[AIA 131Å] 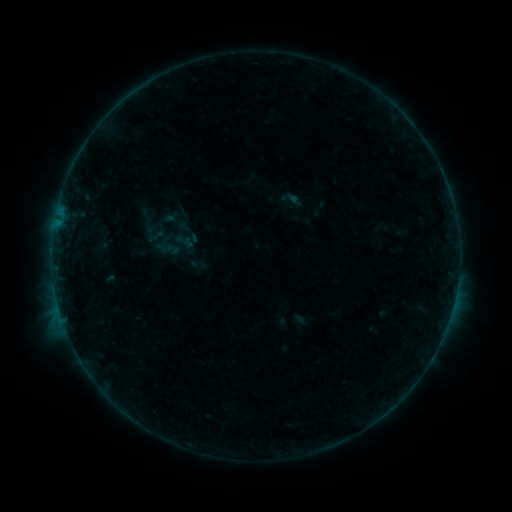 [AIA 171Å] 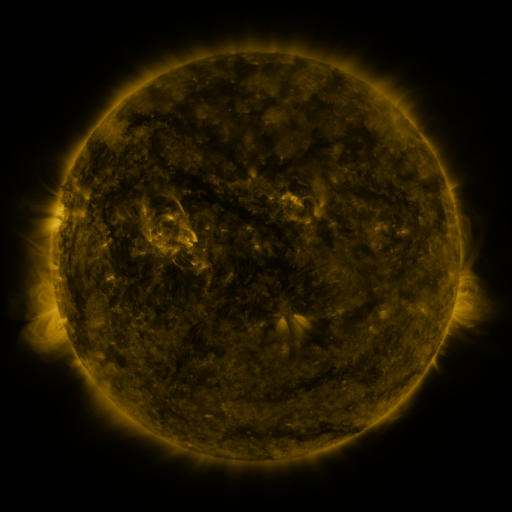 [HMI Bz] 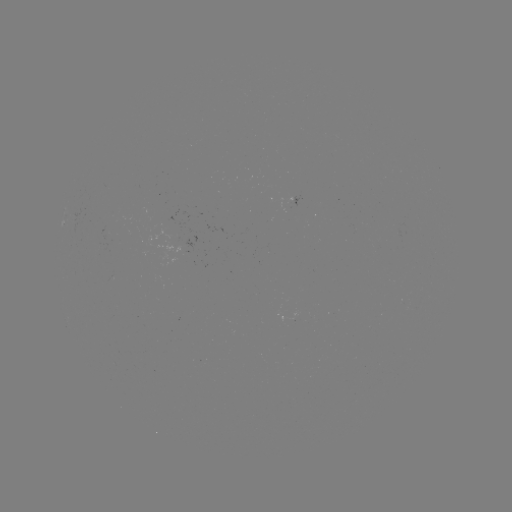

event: sigmoid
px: (291, 199)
